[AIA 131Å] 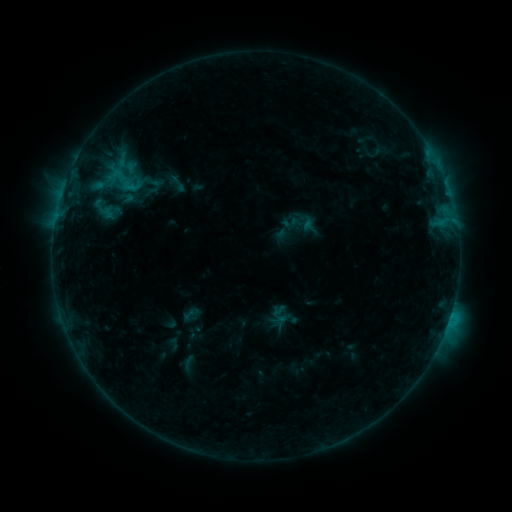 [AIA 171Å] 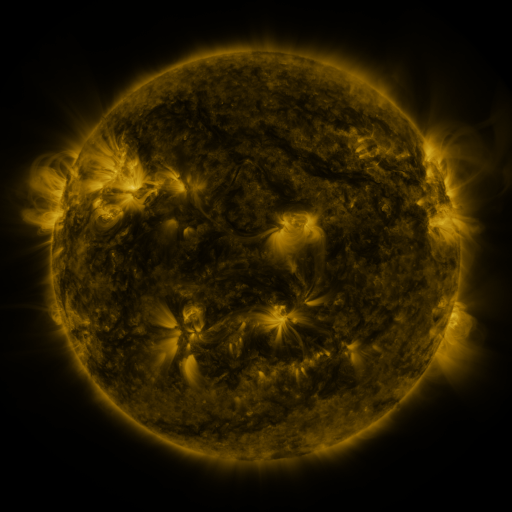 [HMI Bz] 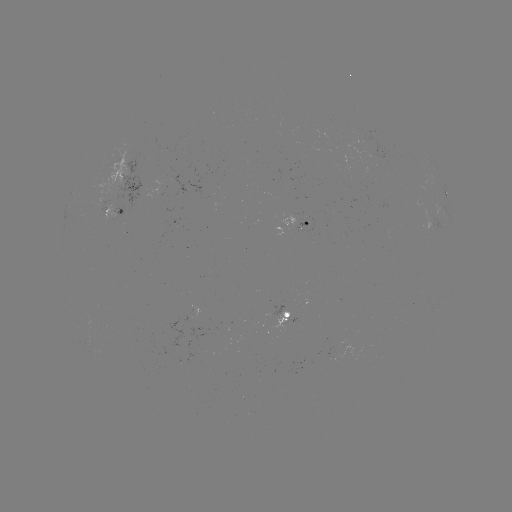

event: sigmoid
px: (178, 183)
